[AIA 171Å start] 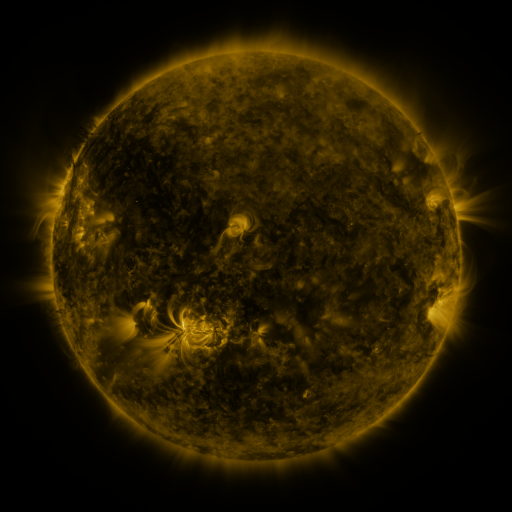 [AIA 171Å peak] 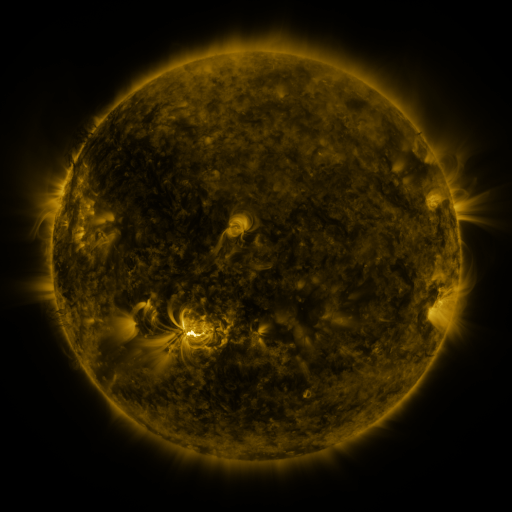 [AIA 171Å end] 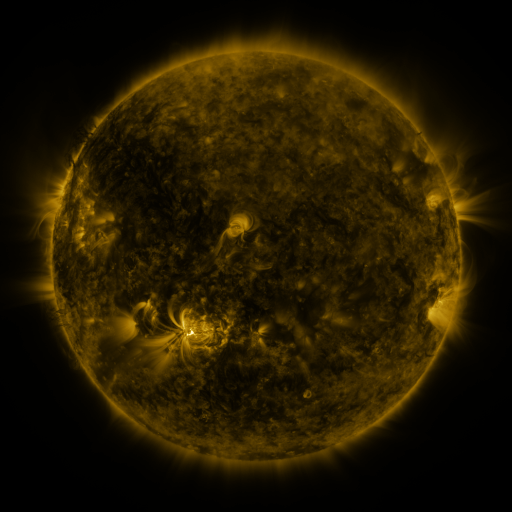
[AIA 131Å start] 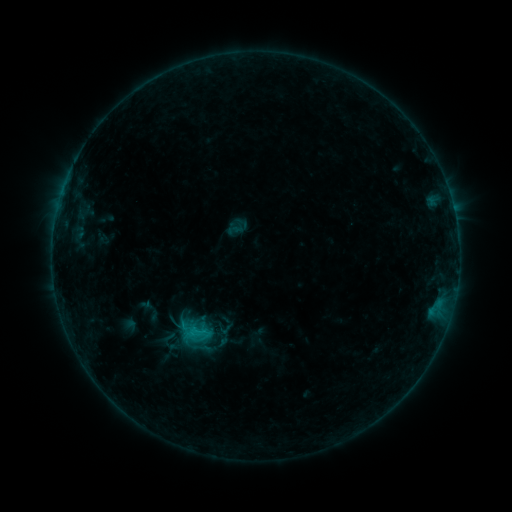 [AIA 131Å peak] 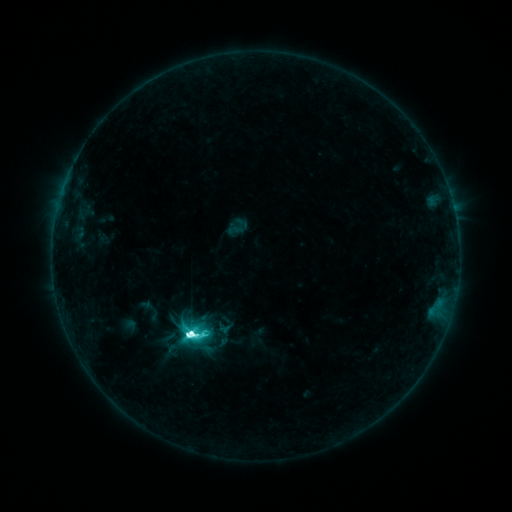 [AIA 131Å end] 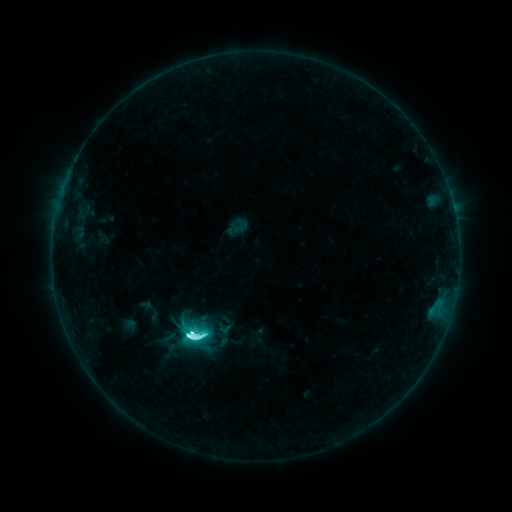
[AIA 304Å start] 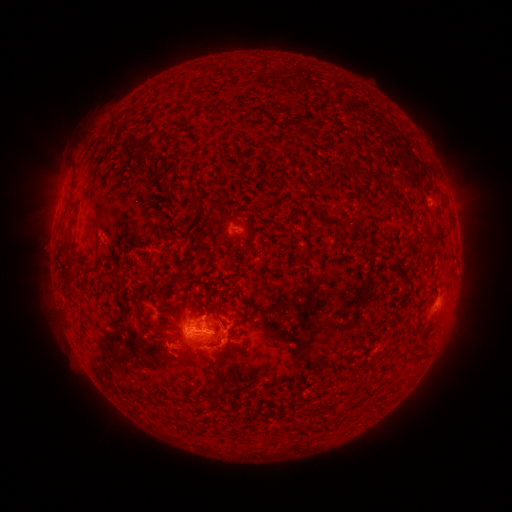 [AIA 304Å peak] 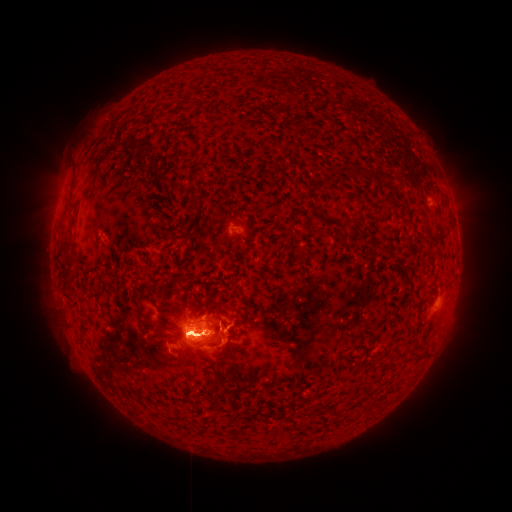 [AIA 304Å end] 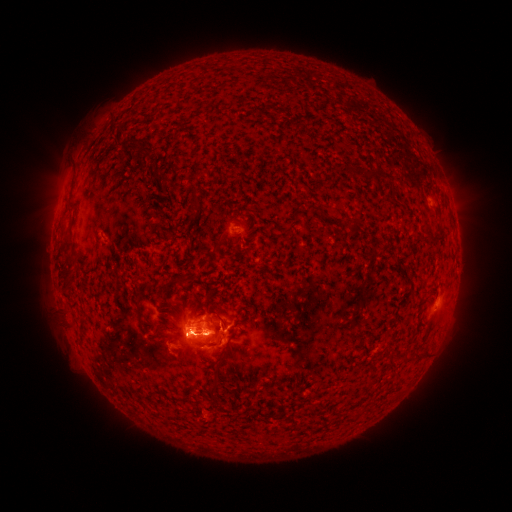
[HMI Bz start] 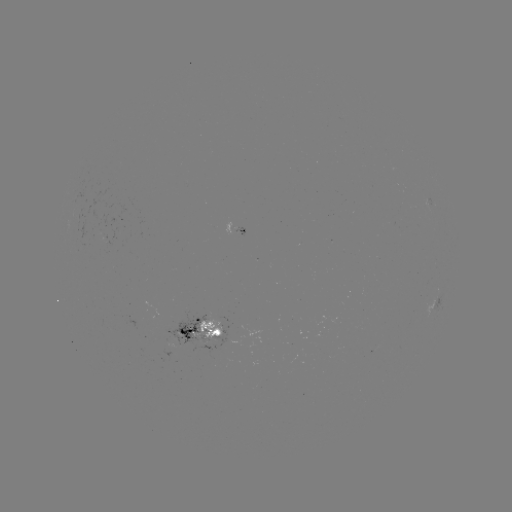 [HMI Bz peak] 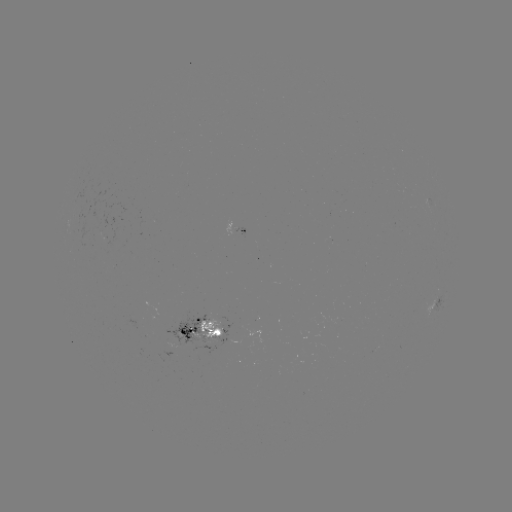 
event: flare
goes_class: M2.2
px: (192, 334)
